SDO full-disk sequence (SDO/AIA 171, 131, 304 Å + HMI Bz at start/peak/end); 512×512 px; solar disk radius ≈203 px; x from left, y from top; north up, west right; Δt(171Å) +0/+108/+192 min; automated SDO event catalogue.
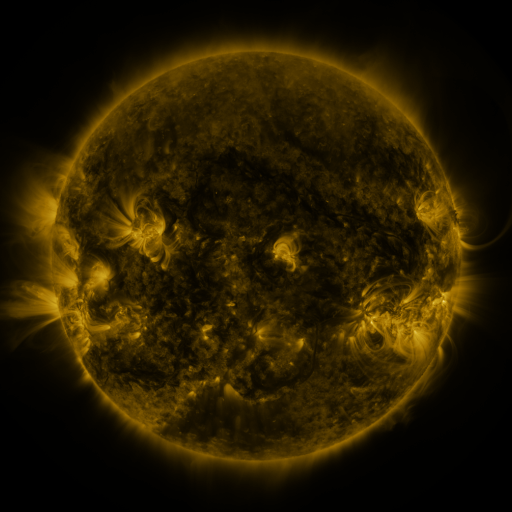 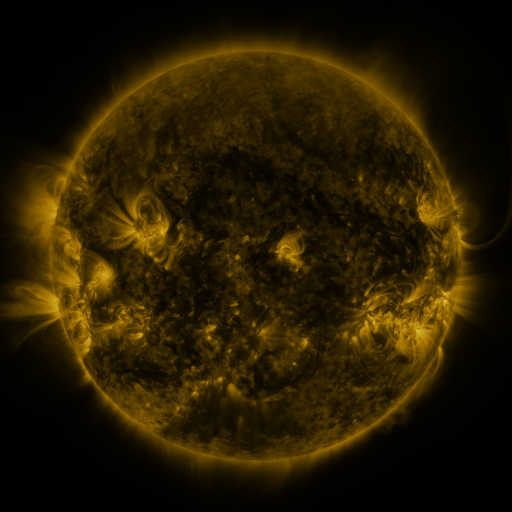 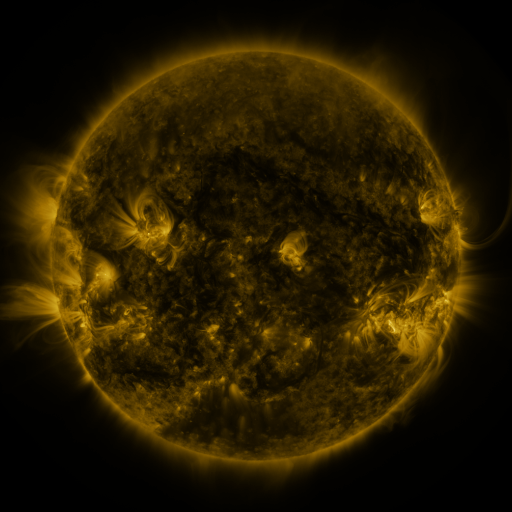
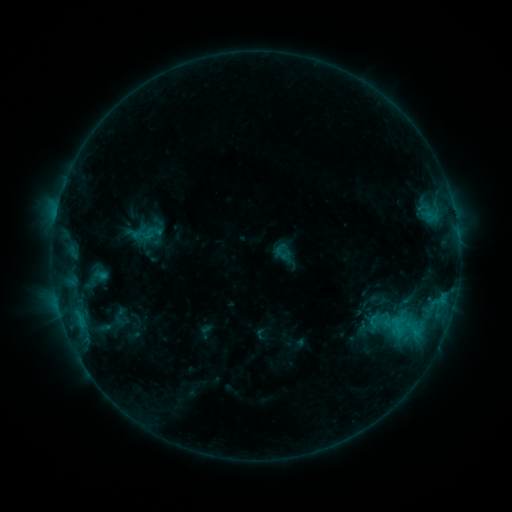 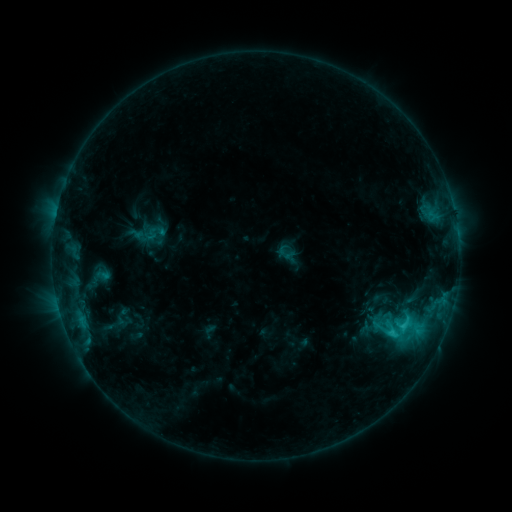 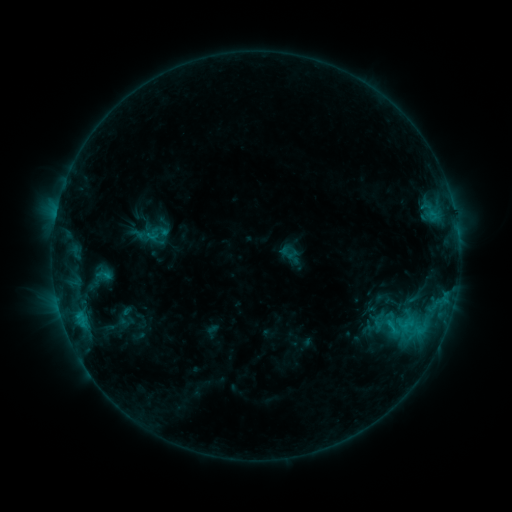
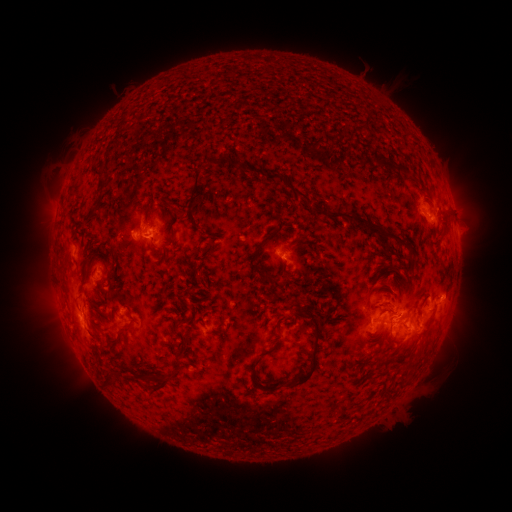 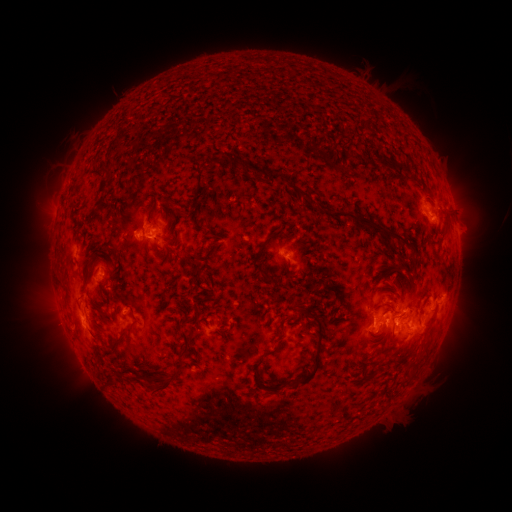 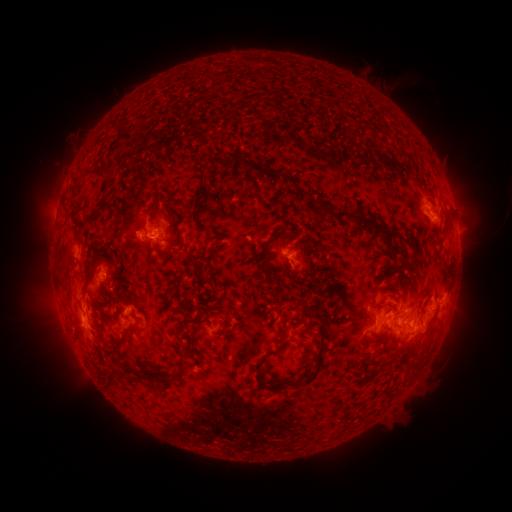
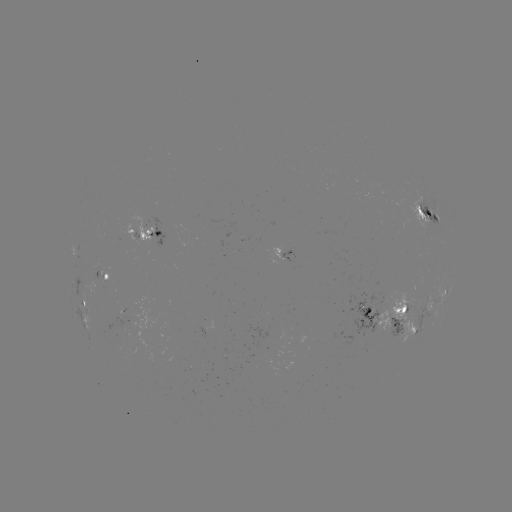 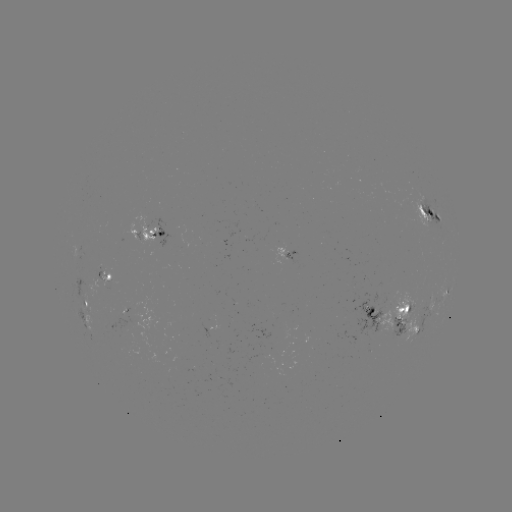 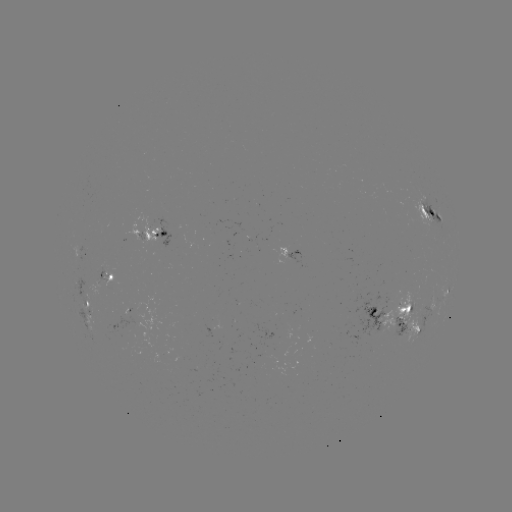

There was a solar flare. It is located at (392, 328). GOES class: C3.3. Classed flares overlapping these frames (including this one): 1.